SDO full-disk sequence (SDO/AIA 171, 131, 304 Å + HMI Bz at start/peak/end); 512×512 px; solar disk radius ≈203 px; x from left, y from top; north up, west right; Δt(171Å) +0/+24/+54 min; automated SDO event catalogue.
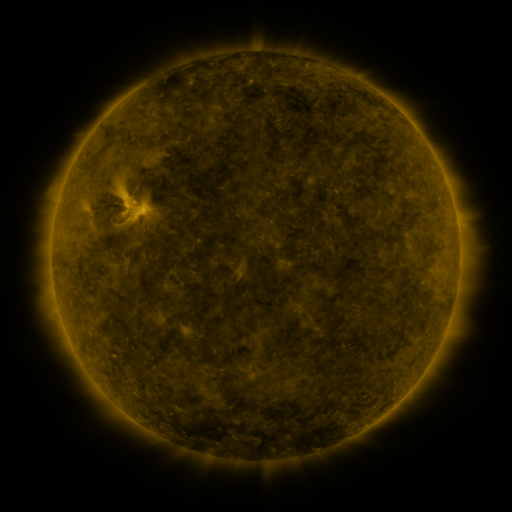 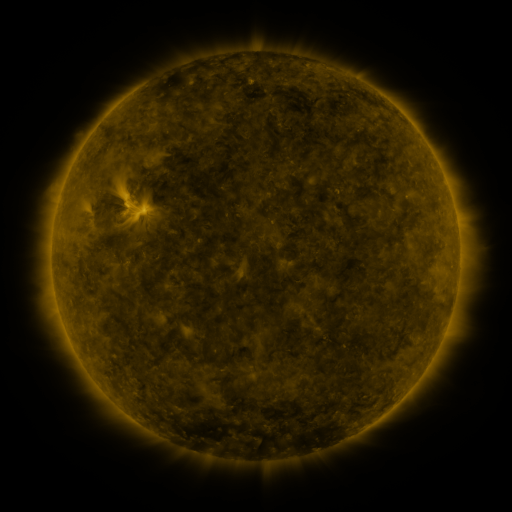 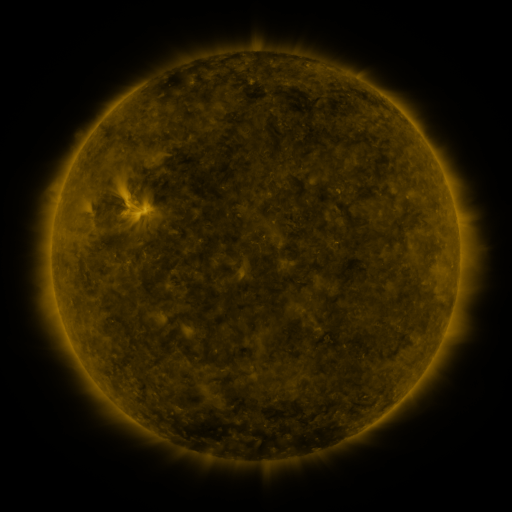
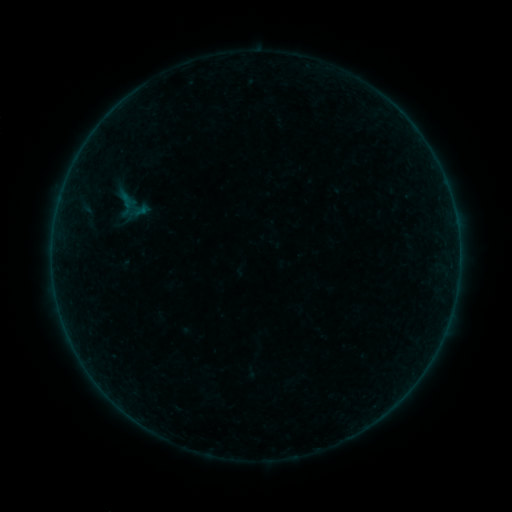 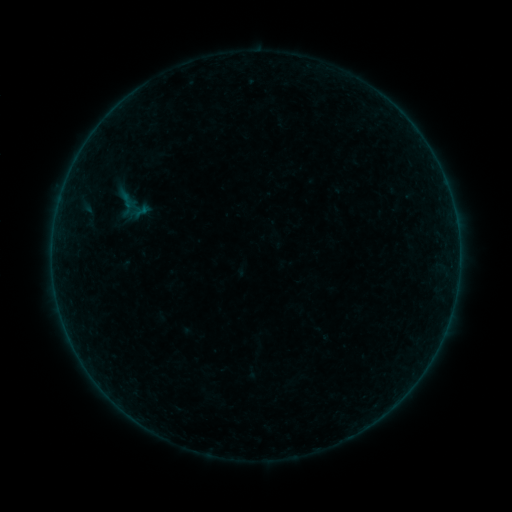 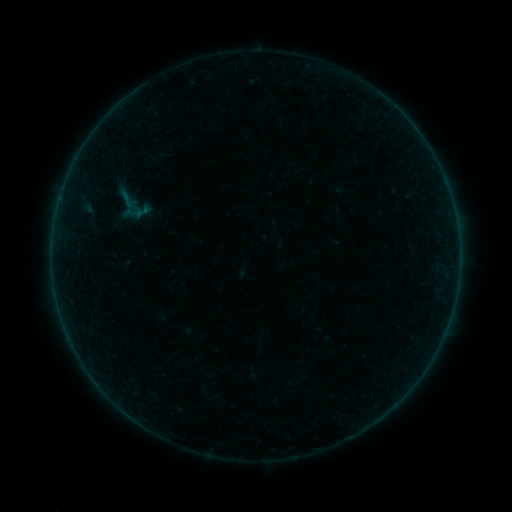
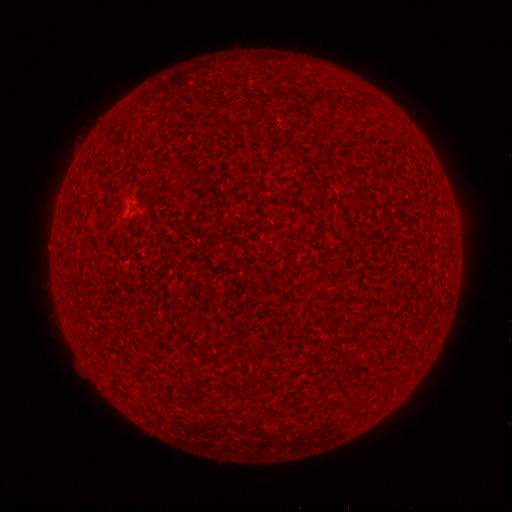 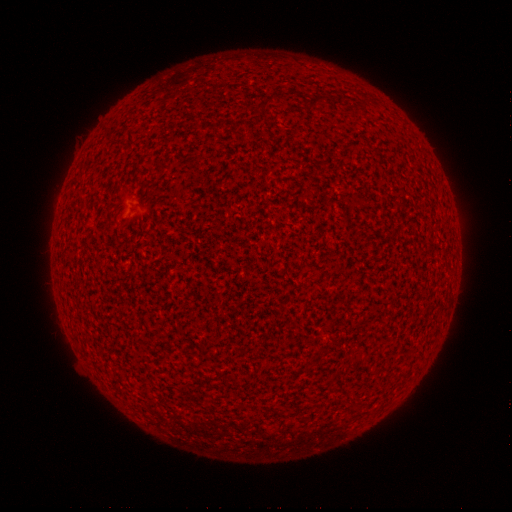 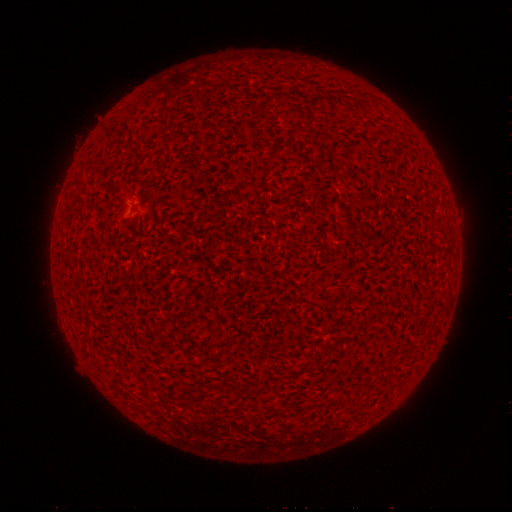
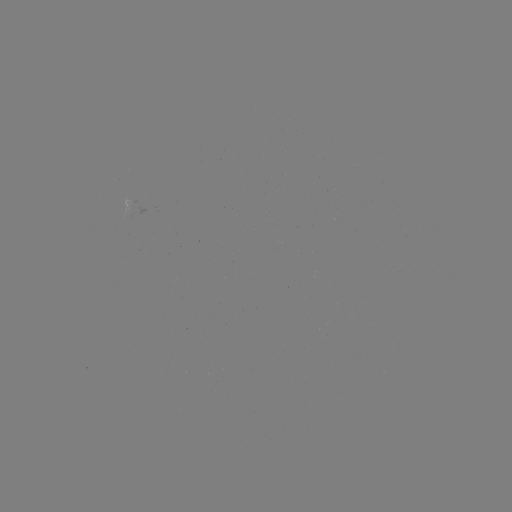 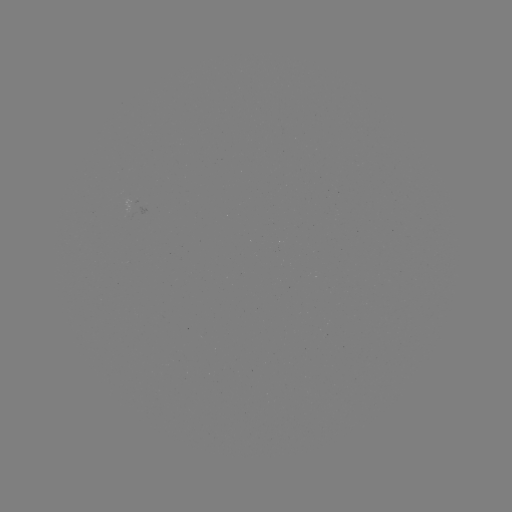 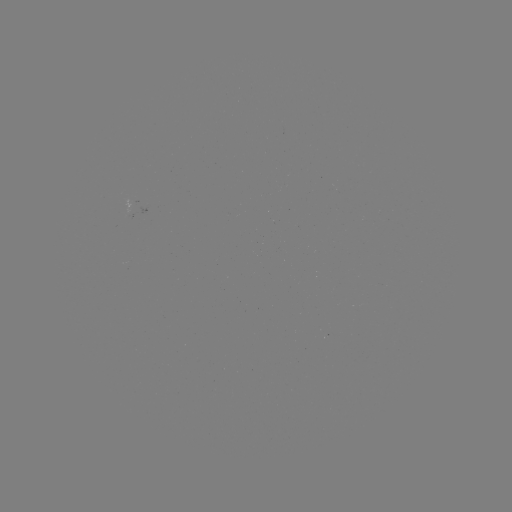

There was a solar flare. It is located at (125, 214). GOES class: A1.6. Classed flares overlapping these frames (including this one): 1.